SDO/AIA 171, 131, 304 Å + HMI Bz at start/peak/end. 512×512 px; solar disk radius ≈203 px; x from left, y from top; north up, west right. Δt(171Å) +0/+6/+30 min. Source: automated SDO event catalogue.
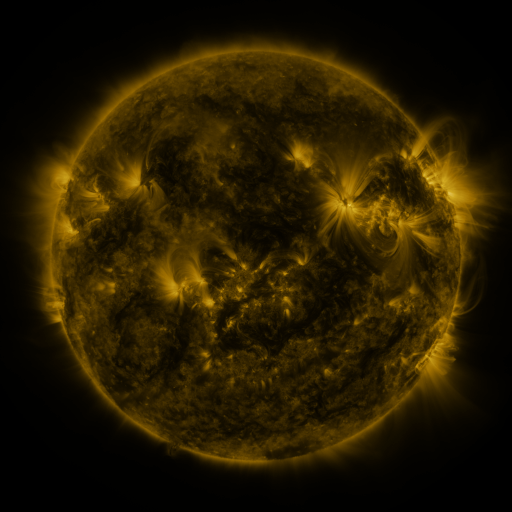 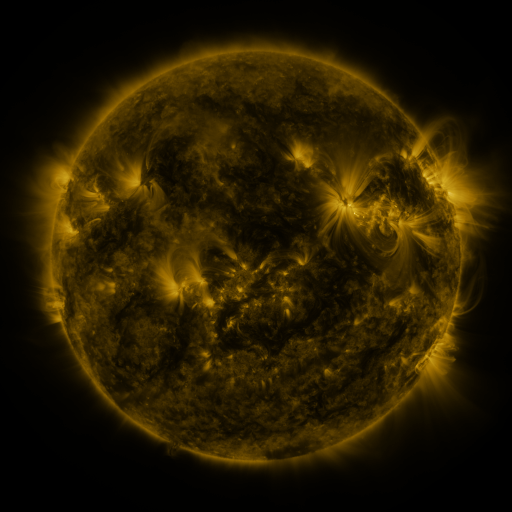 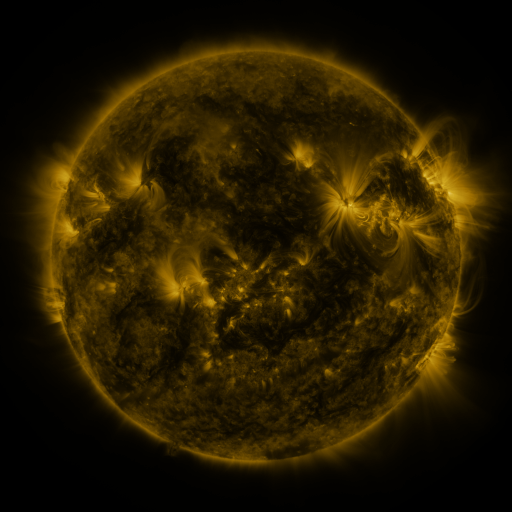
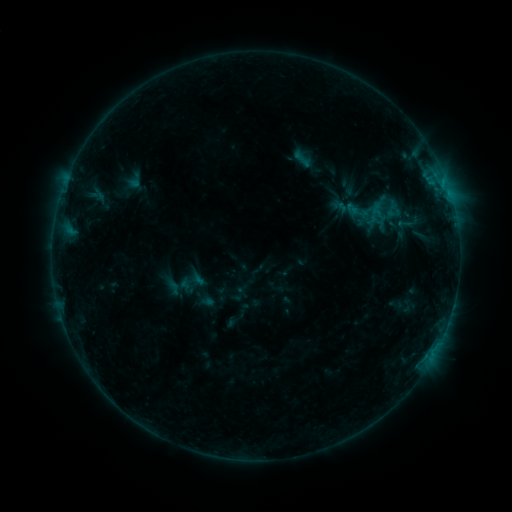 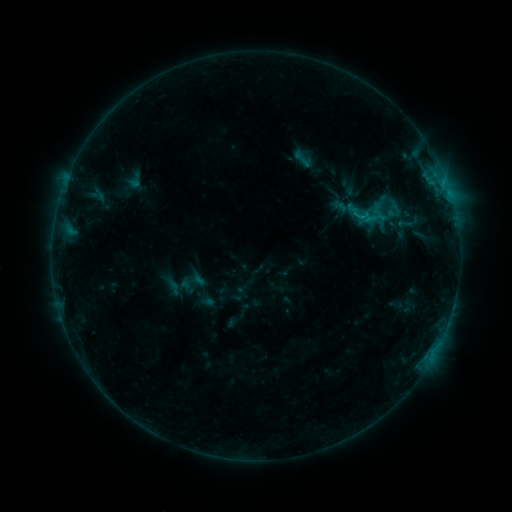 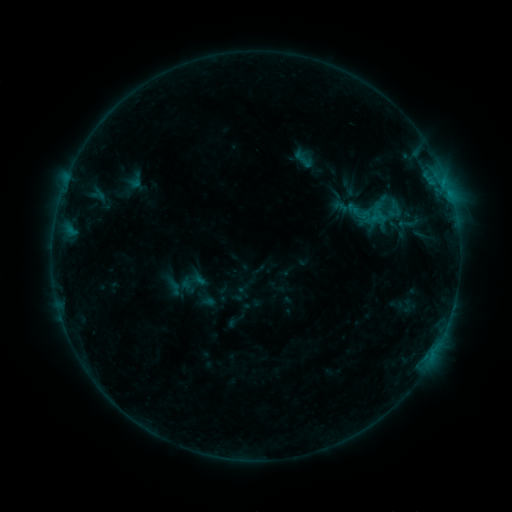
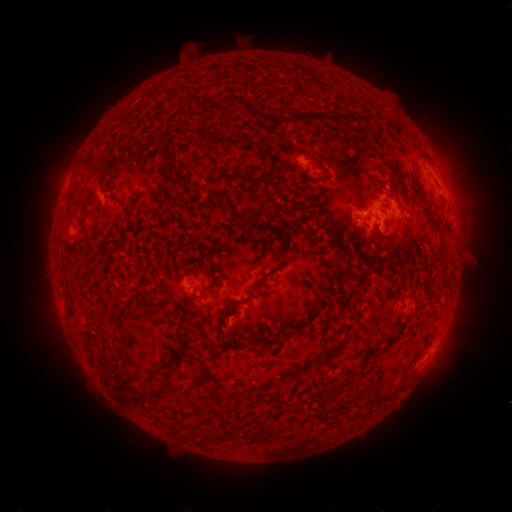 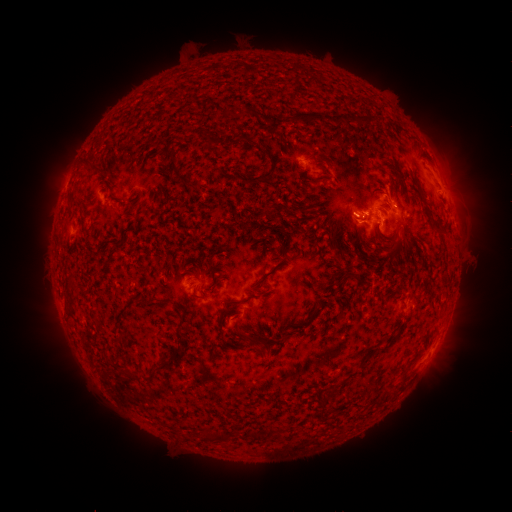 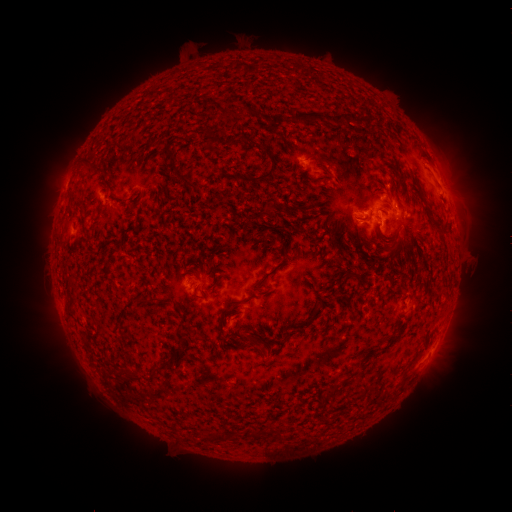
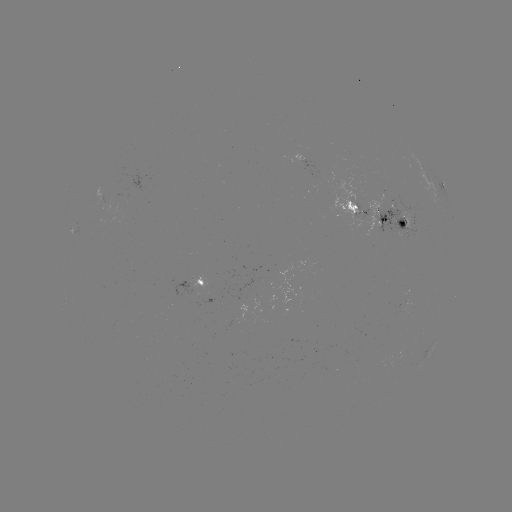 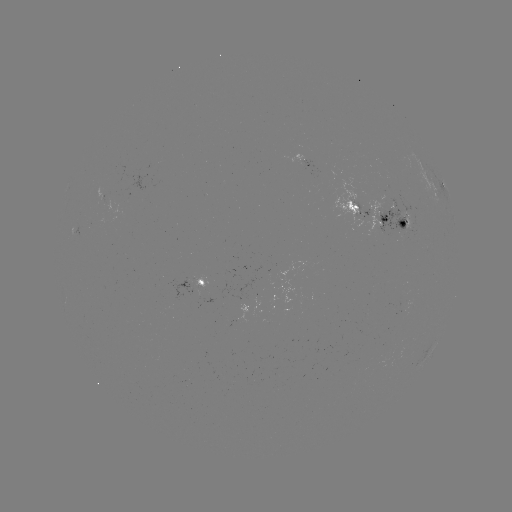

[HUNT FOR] B7.7 flare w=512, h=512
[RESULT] [360, 220]